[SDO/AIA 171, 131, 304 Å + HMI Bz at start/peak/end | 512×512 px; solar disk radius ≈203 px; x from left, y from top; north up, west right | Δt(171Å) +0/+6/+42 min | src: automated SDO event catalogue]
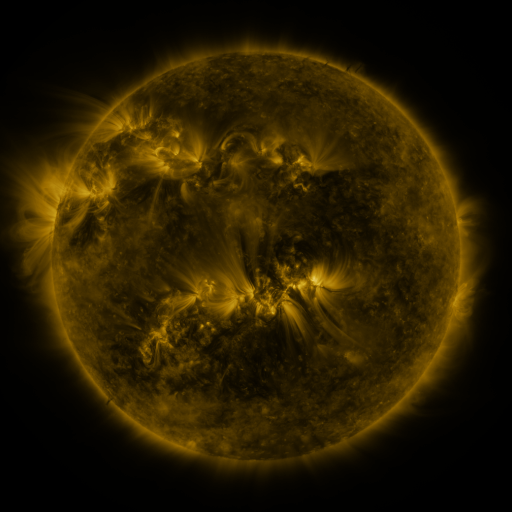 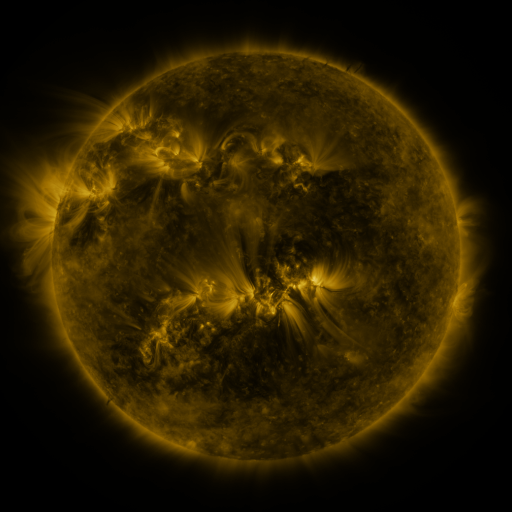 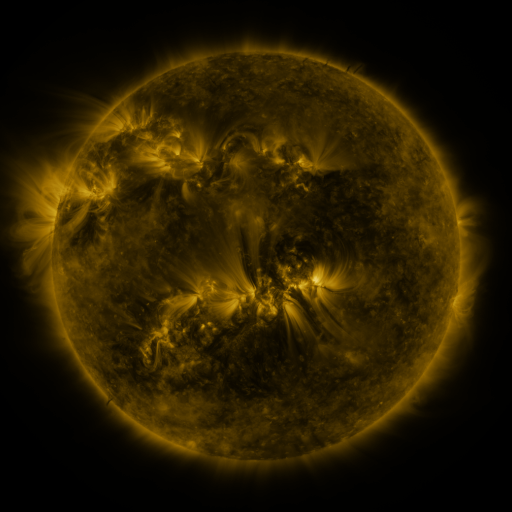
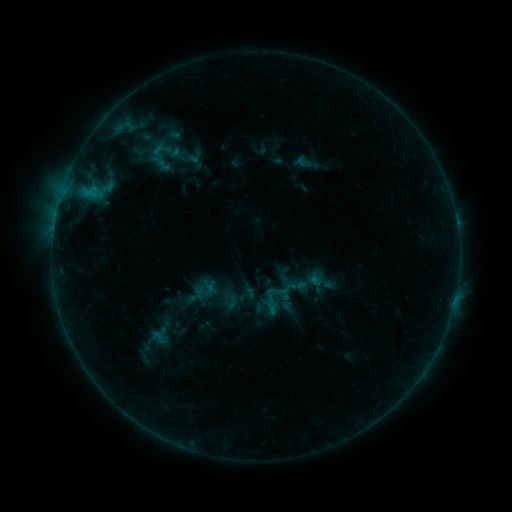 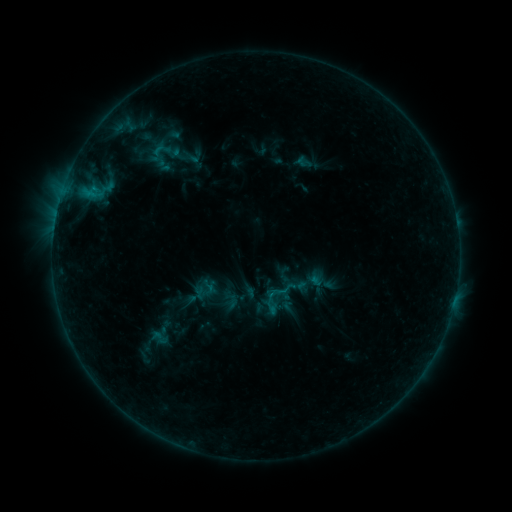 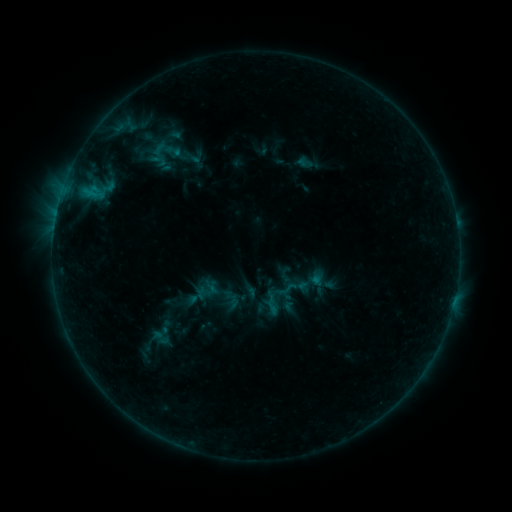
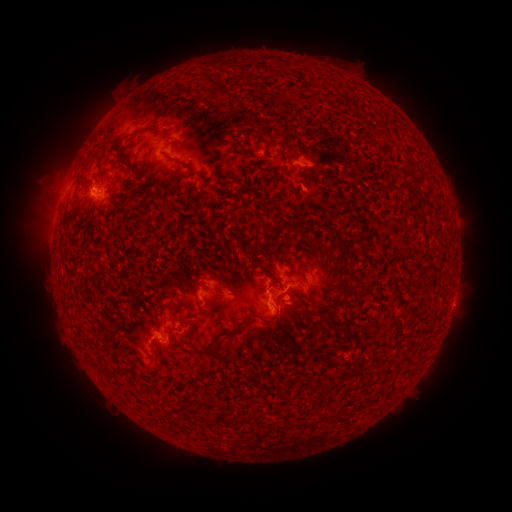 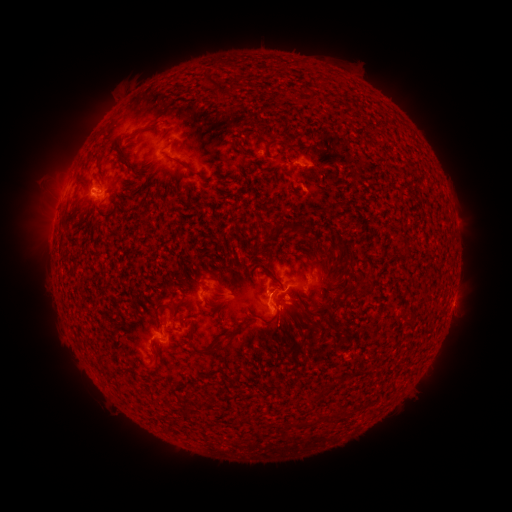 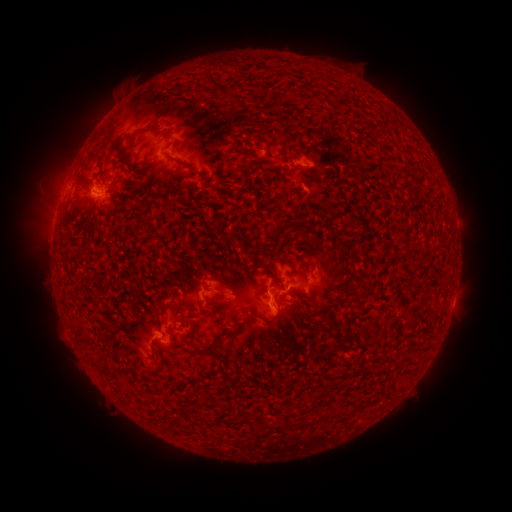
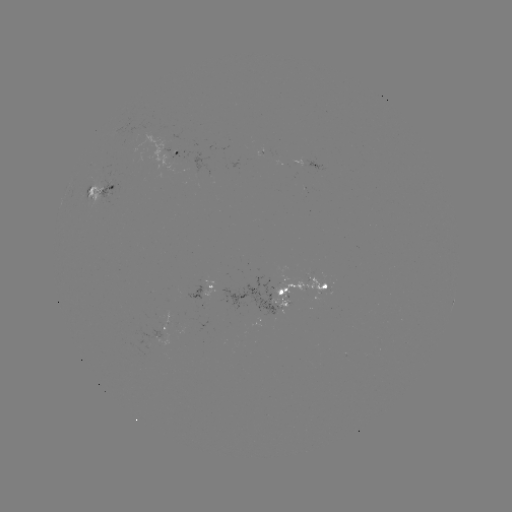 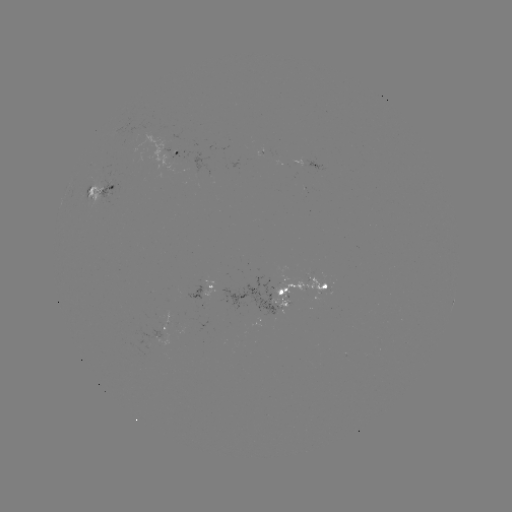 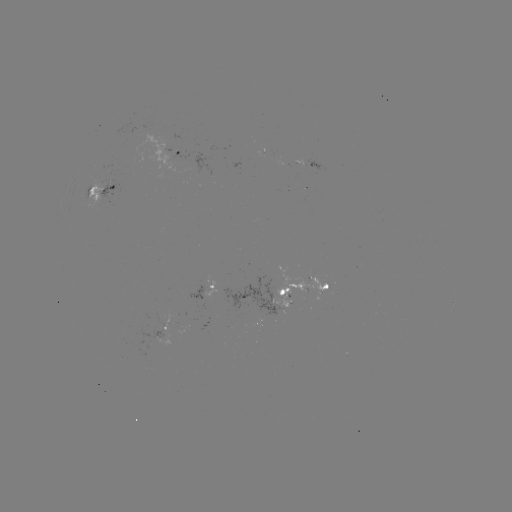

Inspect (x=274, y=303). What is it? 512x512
emerging-flux region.